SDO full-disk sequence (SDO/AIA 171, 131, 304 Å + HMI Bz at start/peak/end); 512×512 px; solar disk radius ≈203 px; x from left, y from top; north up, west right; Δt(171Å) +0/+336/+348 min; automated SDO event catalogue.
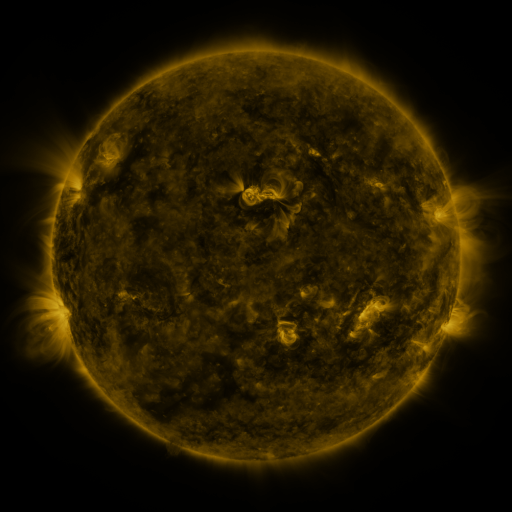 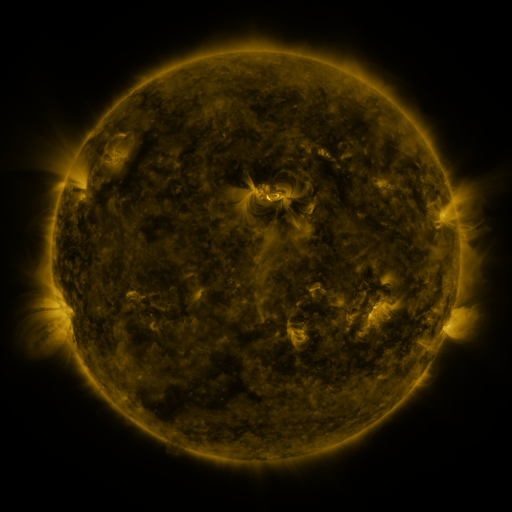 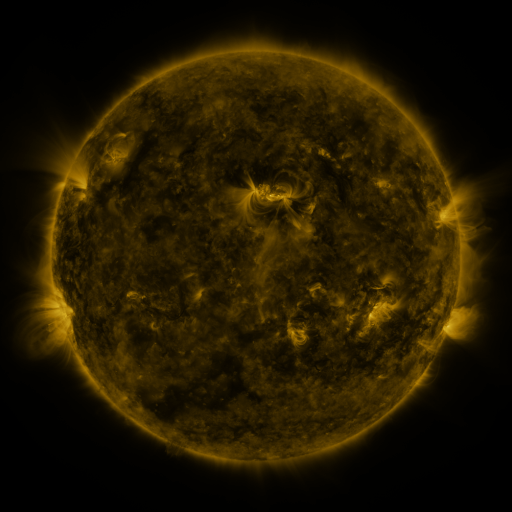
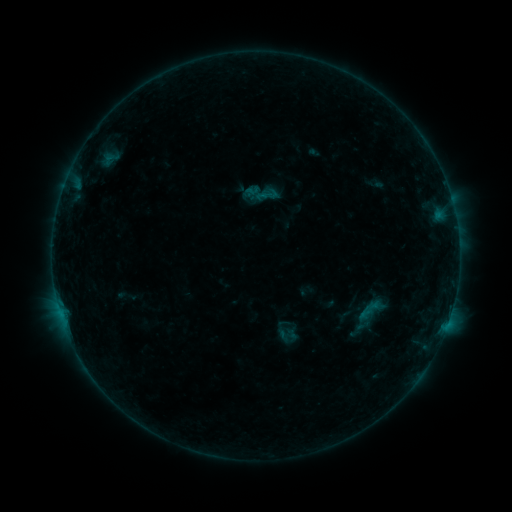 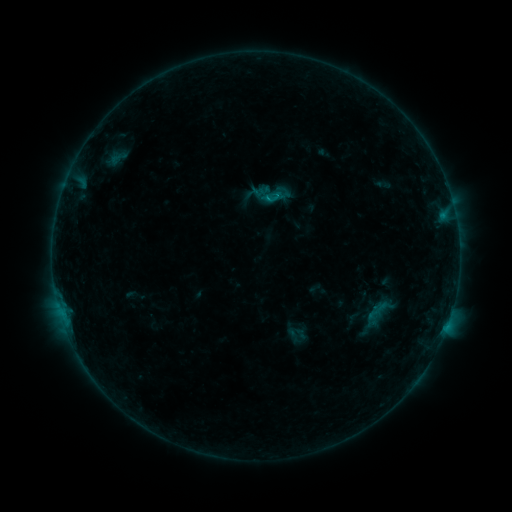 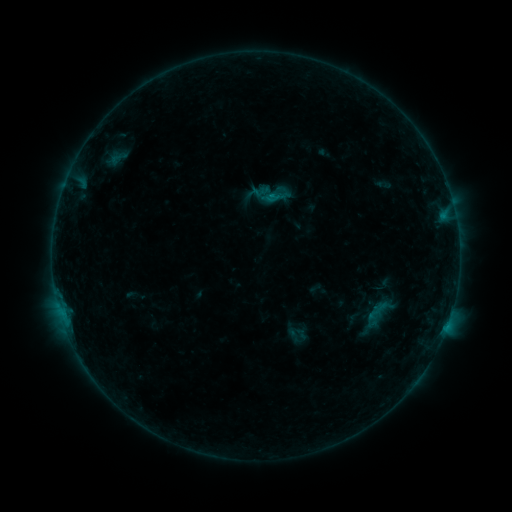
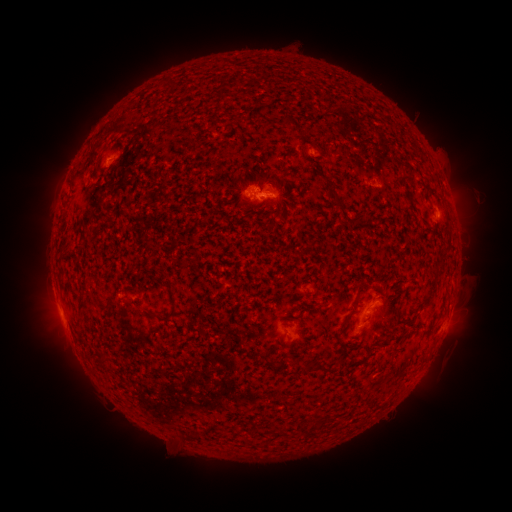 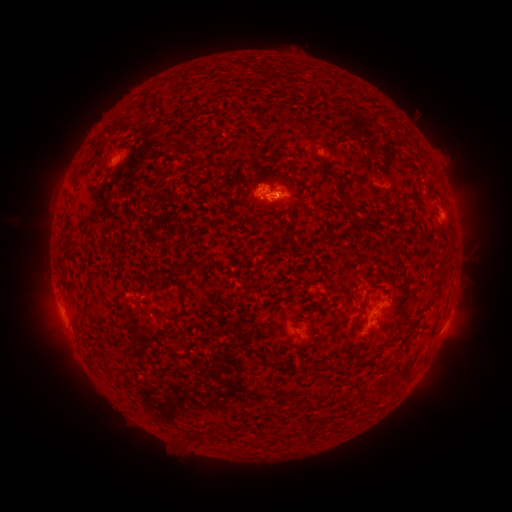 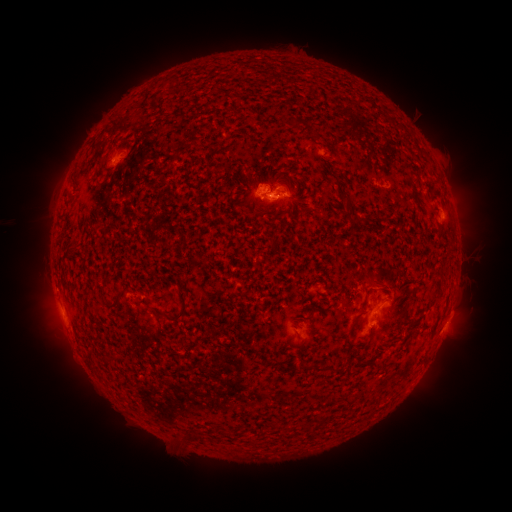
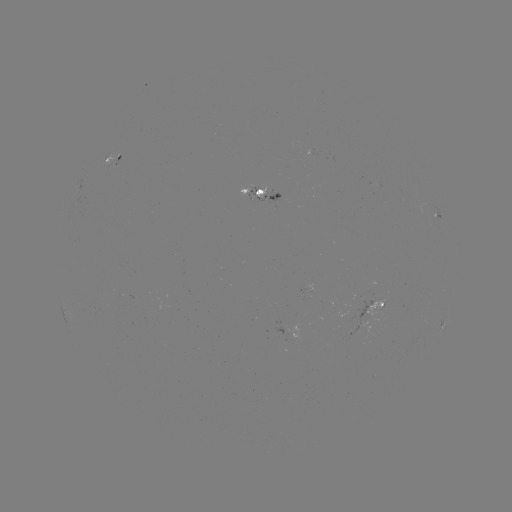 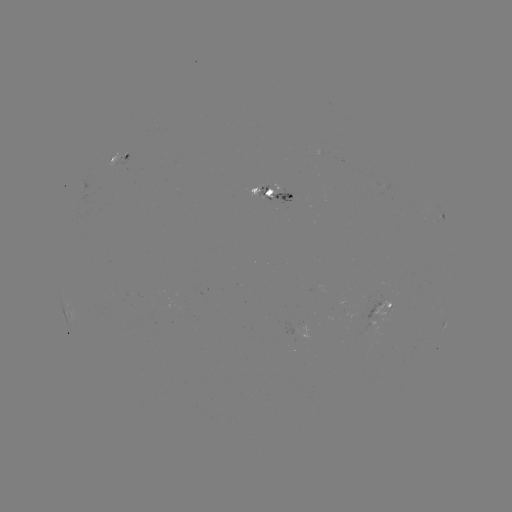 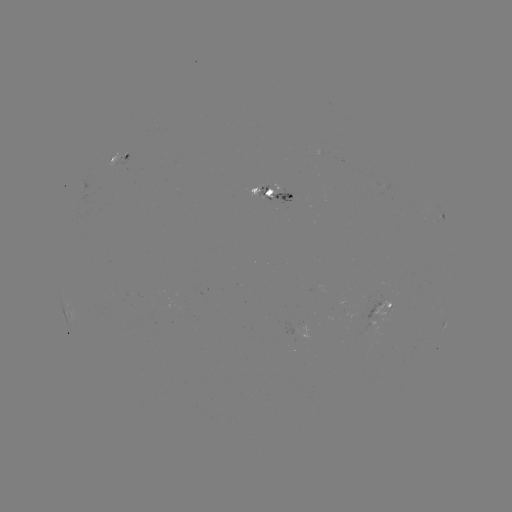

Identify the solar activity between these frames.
emerging-flux region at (263, 188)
